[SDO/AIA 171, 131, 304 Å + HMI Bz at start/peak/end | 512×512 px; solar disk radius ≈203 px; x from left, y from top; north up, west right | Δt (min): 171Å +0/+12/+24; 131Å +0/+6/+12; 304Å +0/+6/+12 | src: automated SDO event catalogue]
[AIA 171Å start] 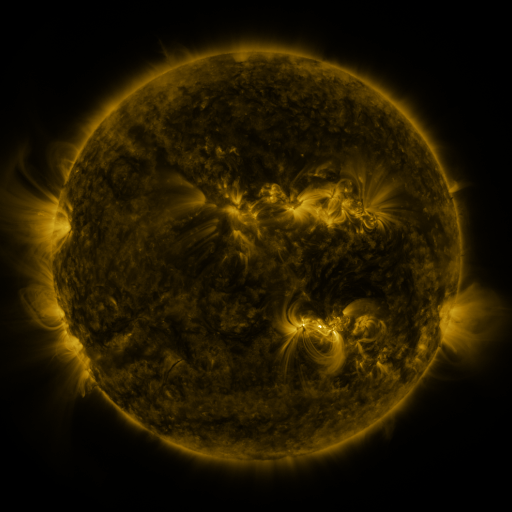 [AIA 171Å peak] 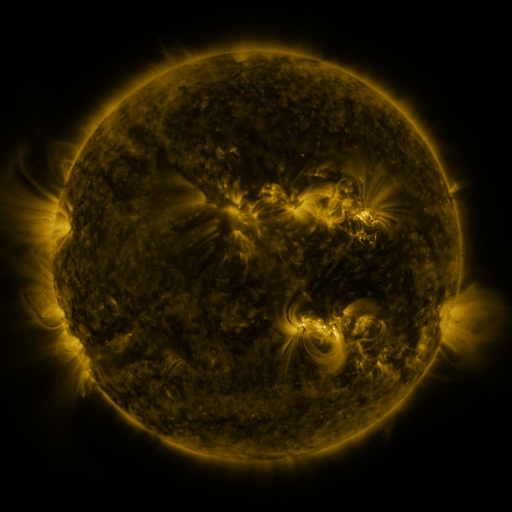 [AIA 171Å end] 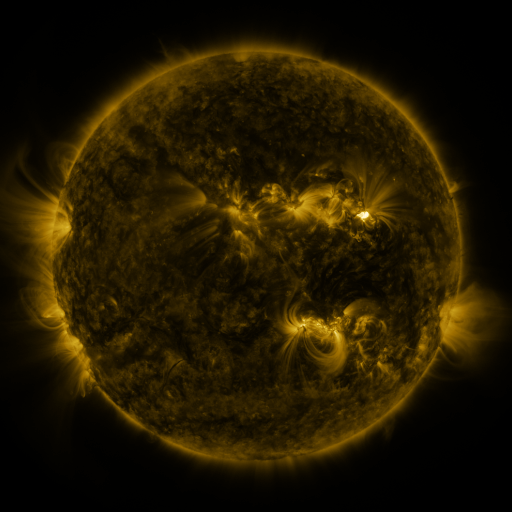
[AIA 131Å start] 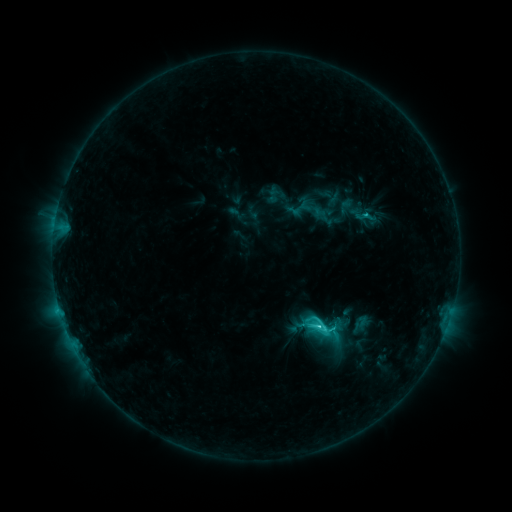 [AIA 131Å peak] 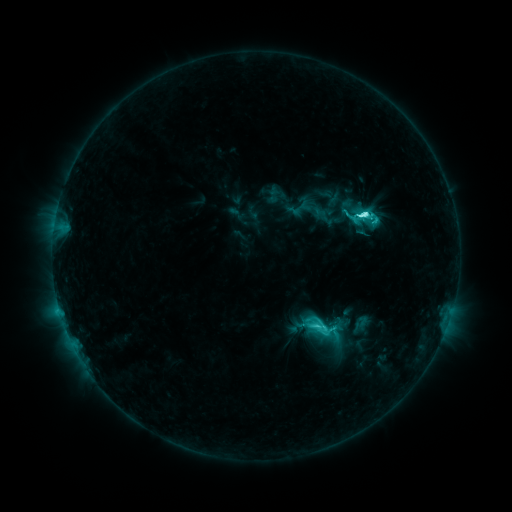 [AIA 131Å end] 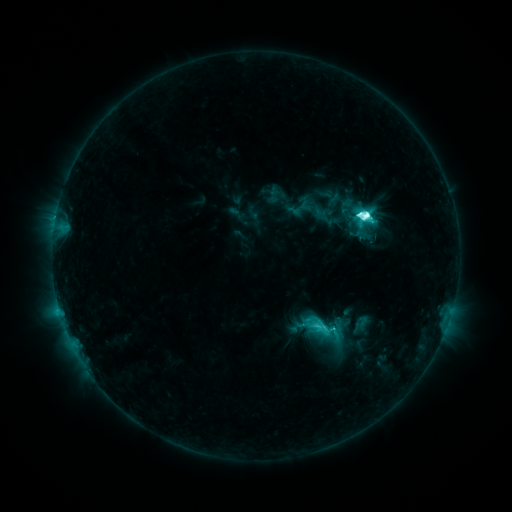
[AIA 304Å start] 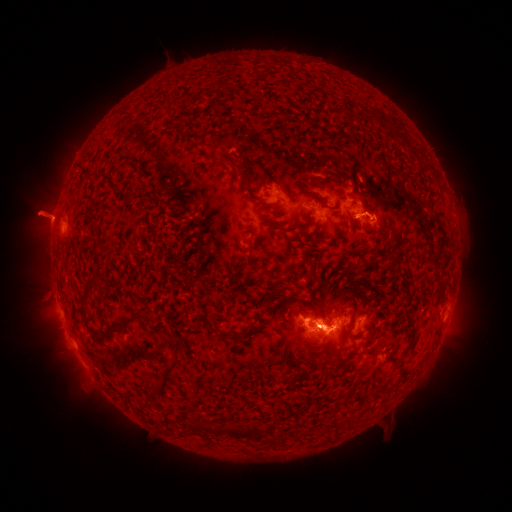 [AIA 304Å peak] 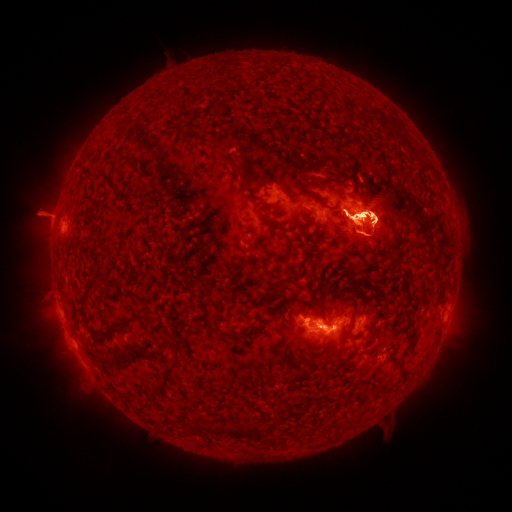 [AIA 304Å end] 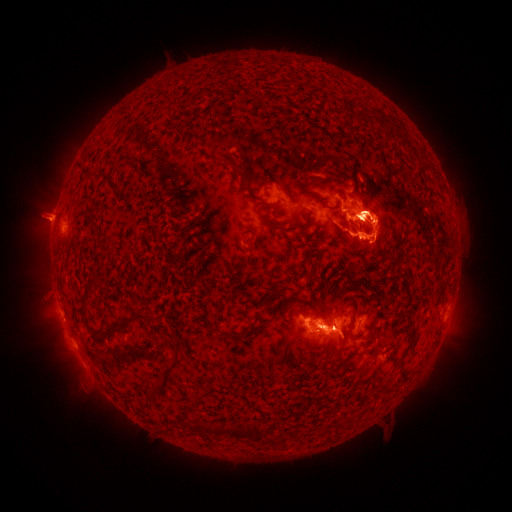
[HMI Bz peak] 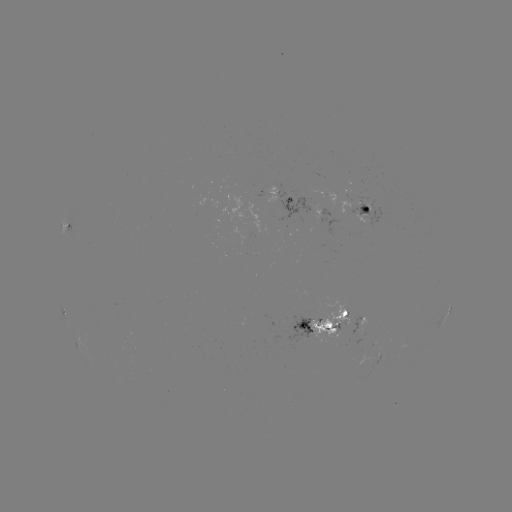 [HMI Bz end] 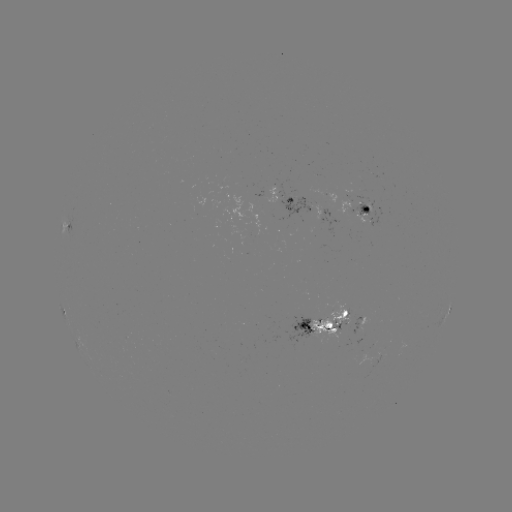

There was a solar eruption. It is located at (469, 233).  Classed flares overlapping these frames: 1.